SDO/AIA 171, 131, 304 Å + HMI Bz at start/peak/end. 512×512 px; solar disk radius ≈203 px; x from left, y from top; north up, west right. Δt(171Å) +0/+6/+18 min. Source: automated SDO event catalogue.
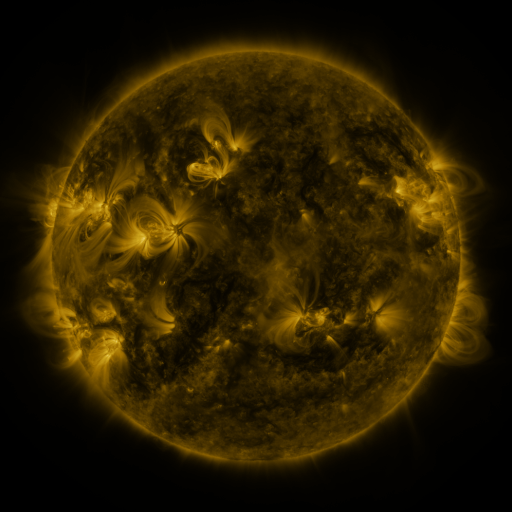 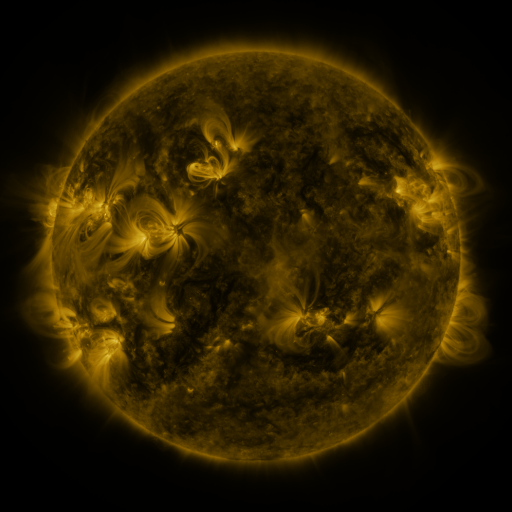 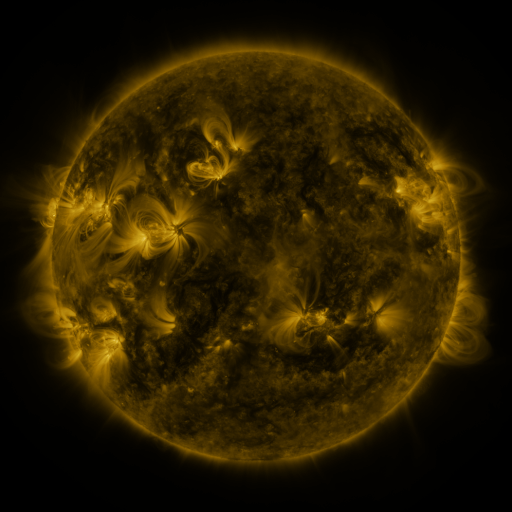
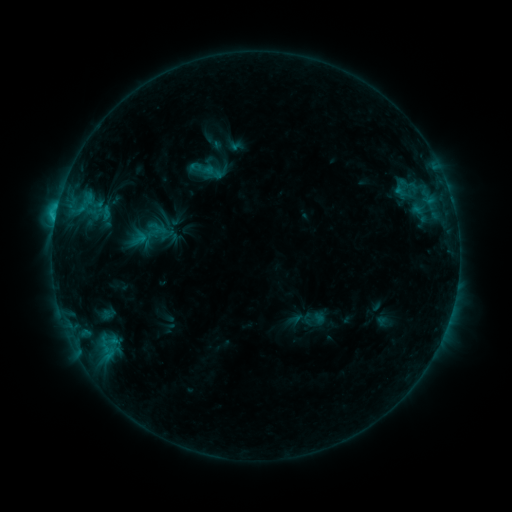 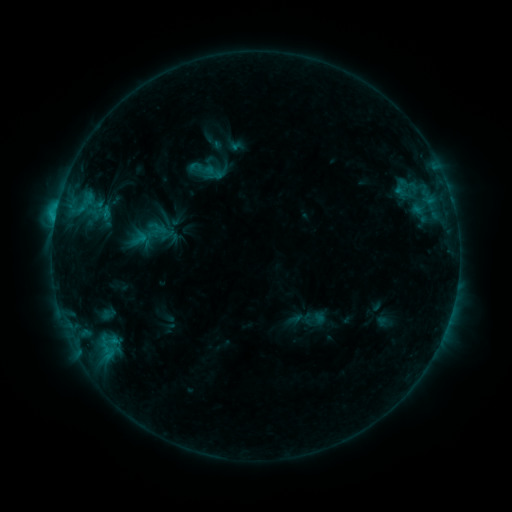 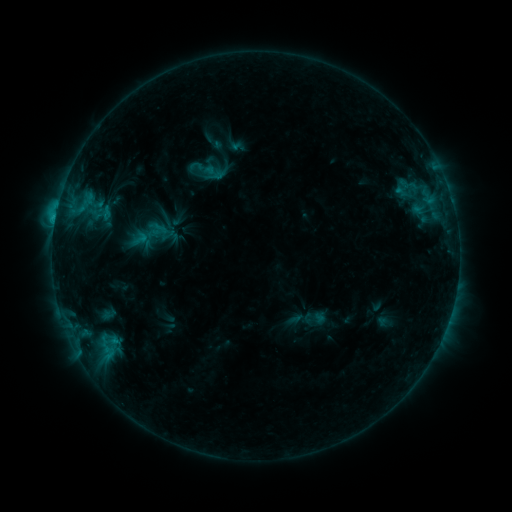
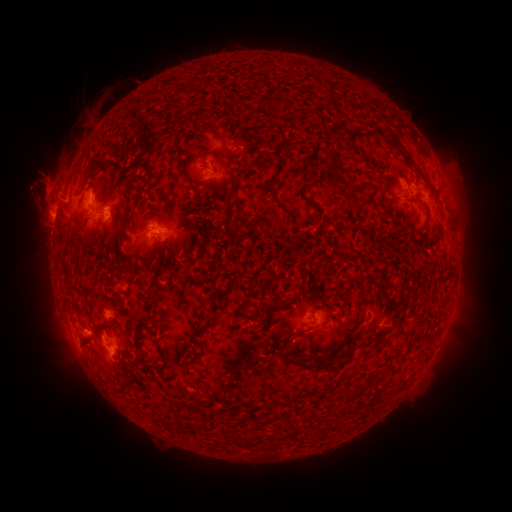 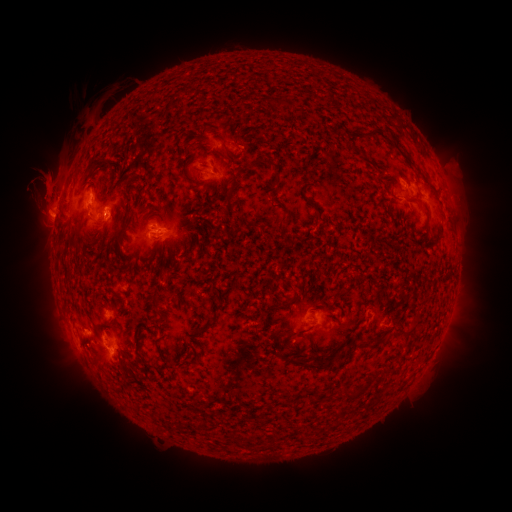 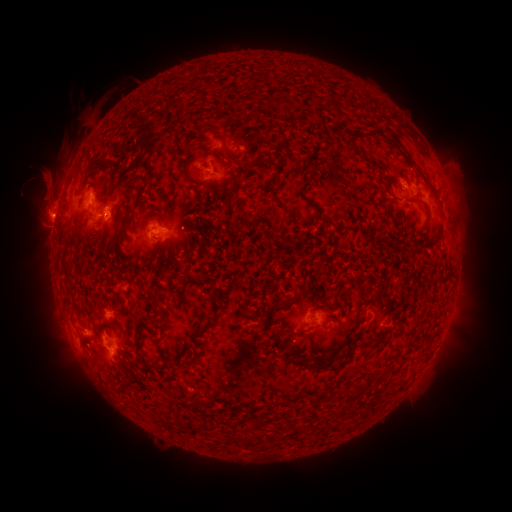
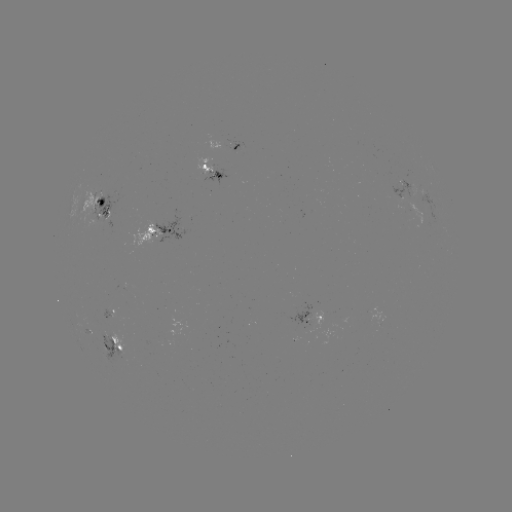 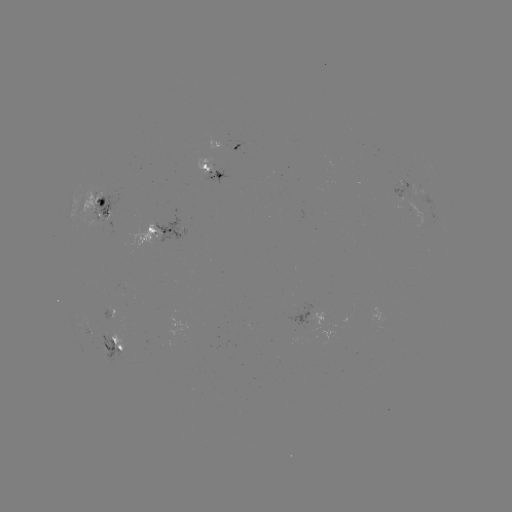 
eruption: <bbox>16, 149, 70, 202</bbox>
